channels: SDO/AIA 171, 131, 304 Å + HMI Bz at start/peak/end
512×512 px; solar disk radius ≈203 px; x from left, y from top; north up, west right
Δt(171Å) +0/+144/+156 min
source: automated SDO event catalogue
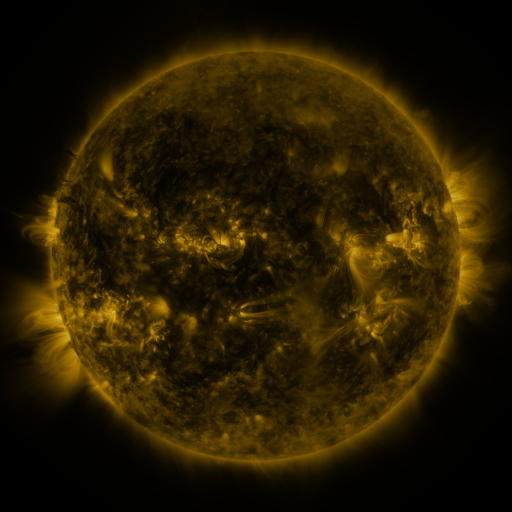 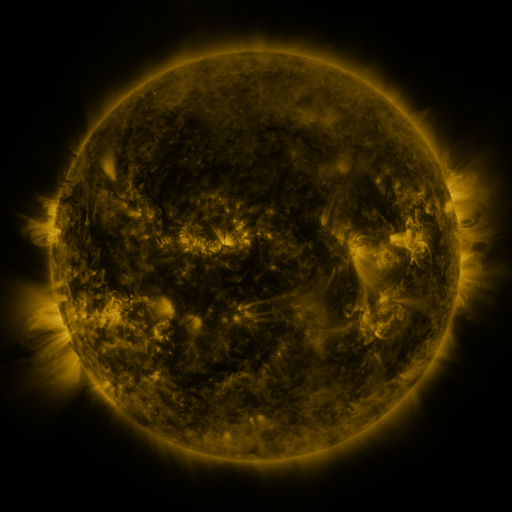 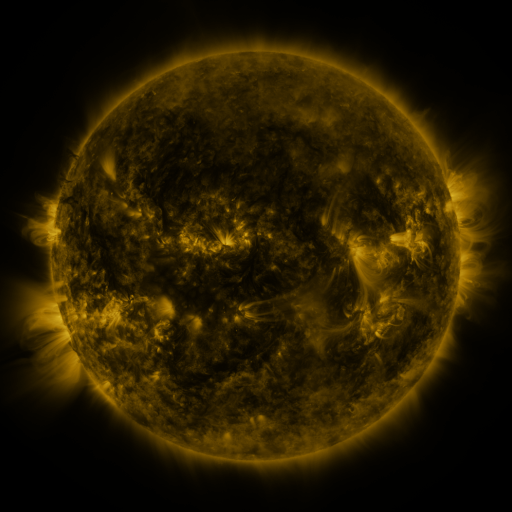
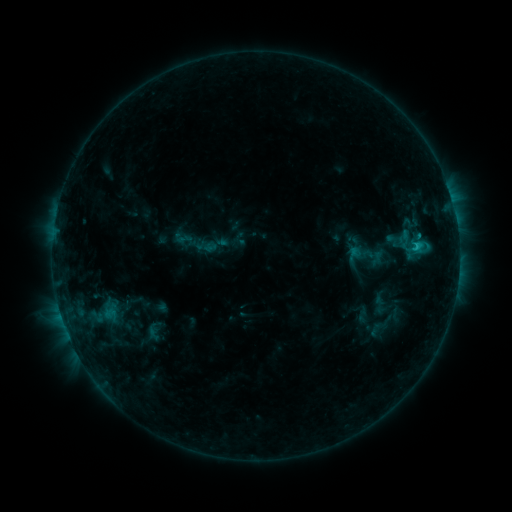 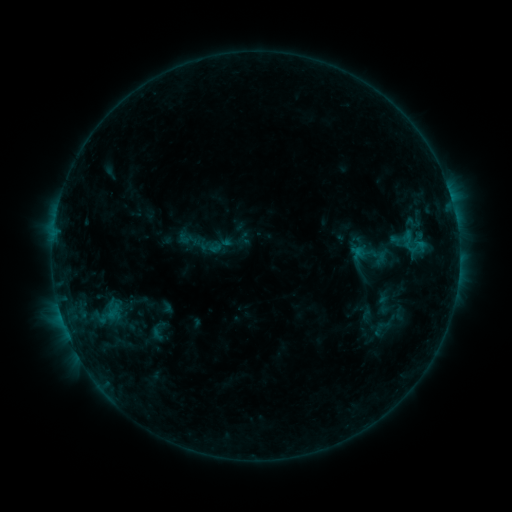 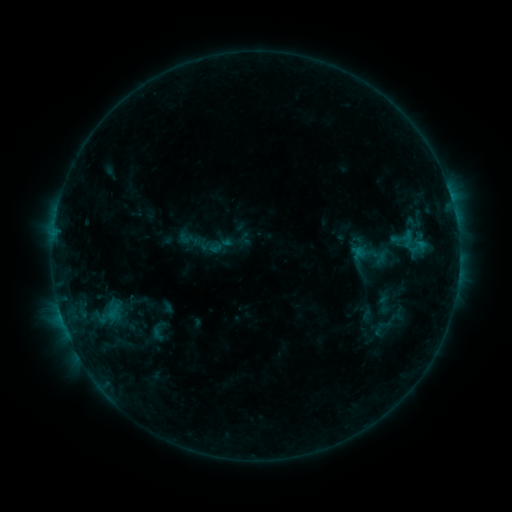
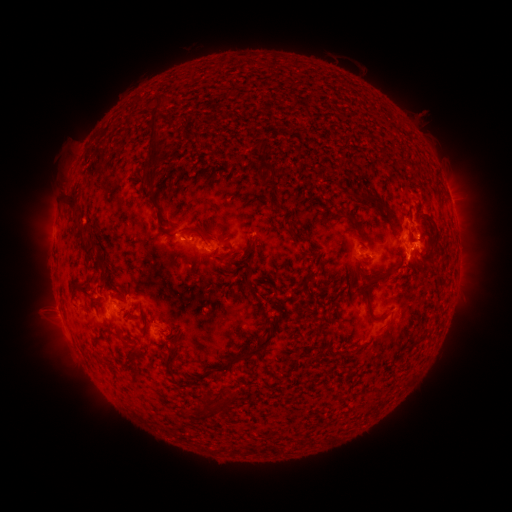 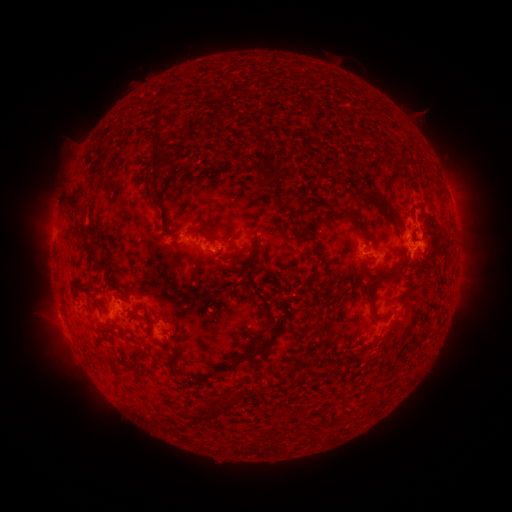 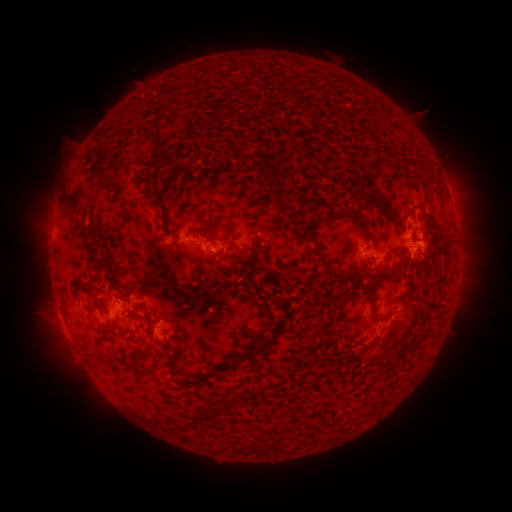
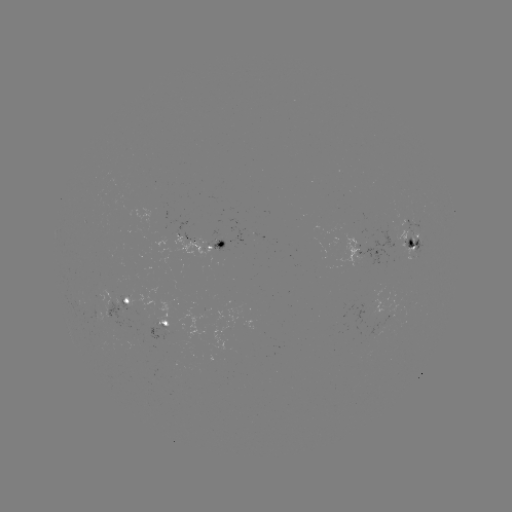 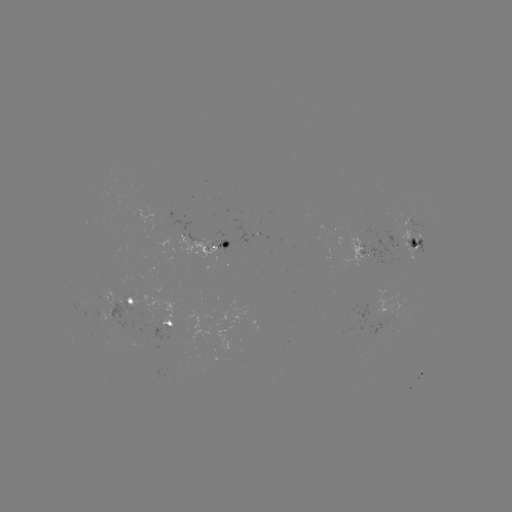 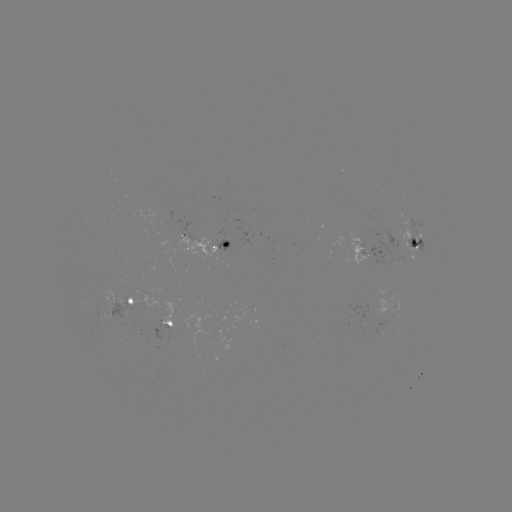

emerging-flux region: (337, 234, 367, 266)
